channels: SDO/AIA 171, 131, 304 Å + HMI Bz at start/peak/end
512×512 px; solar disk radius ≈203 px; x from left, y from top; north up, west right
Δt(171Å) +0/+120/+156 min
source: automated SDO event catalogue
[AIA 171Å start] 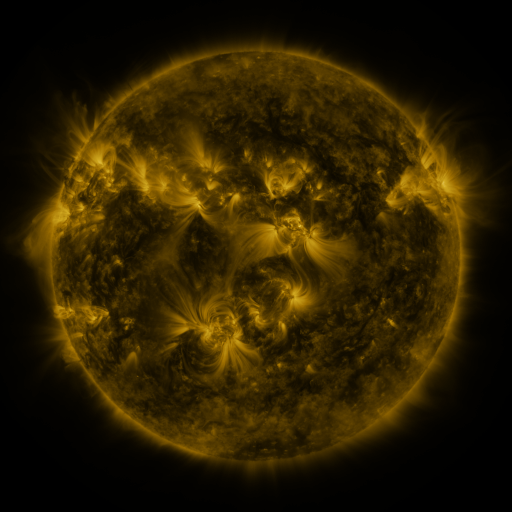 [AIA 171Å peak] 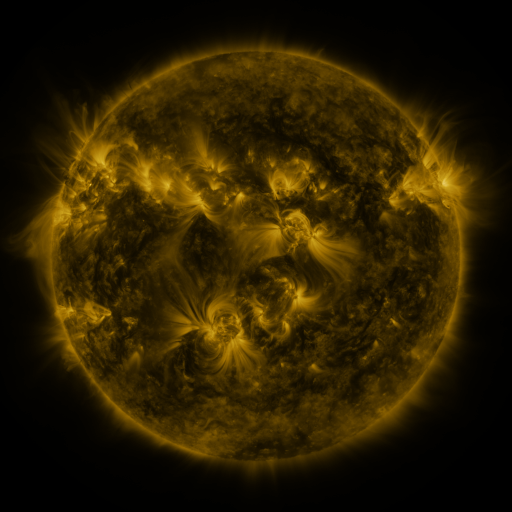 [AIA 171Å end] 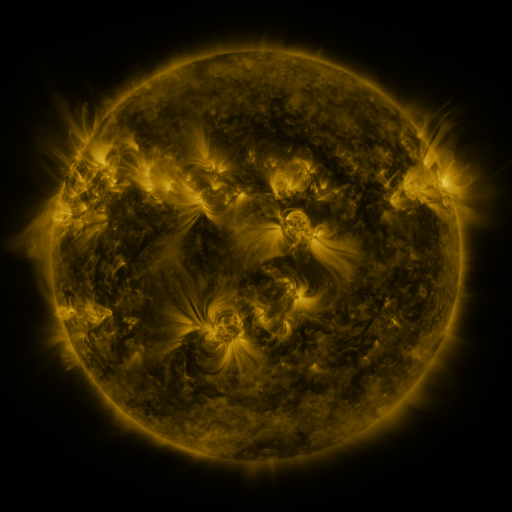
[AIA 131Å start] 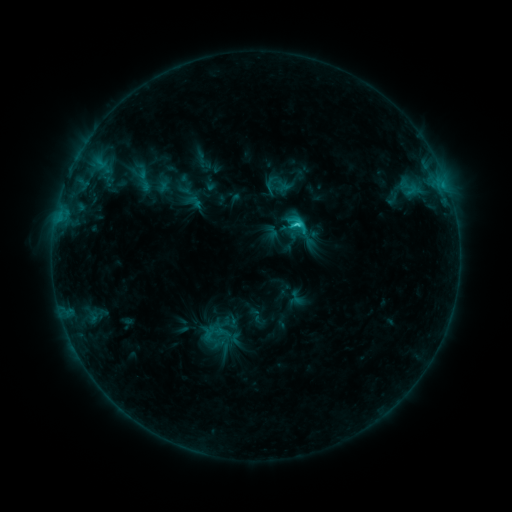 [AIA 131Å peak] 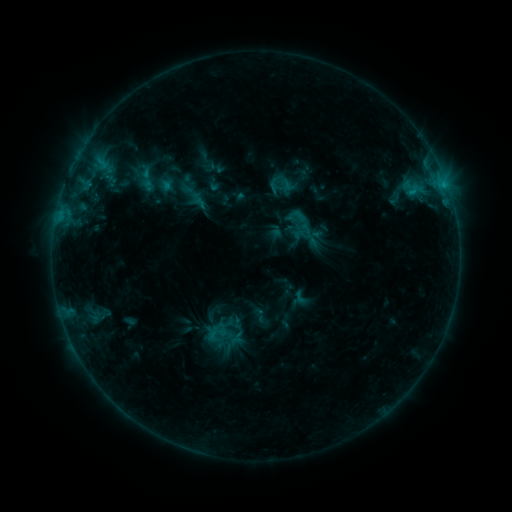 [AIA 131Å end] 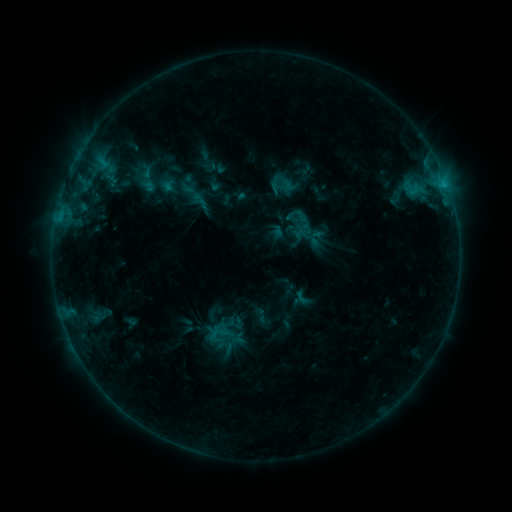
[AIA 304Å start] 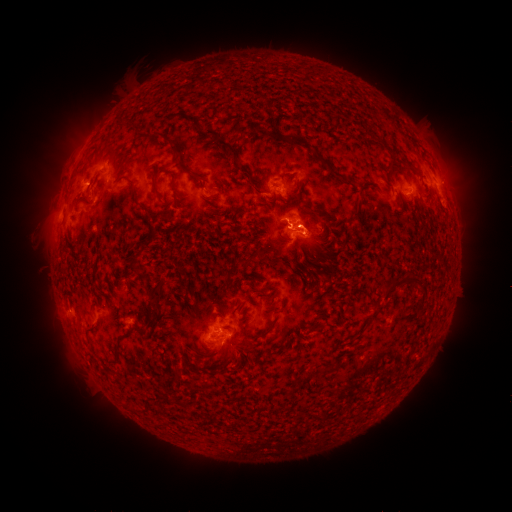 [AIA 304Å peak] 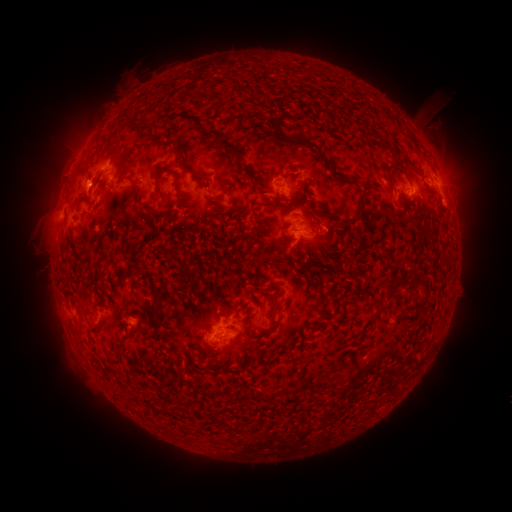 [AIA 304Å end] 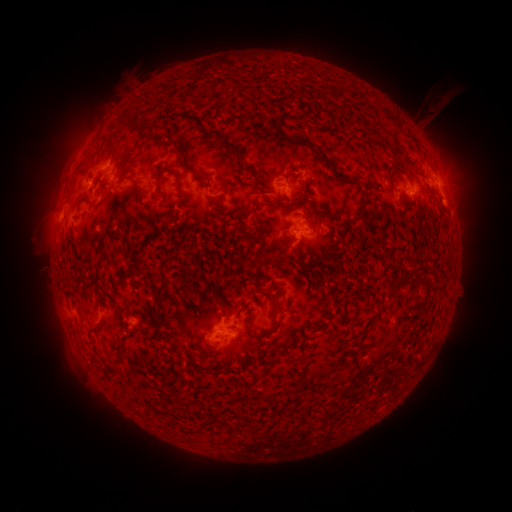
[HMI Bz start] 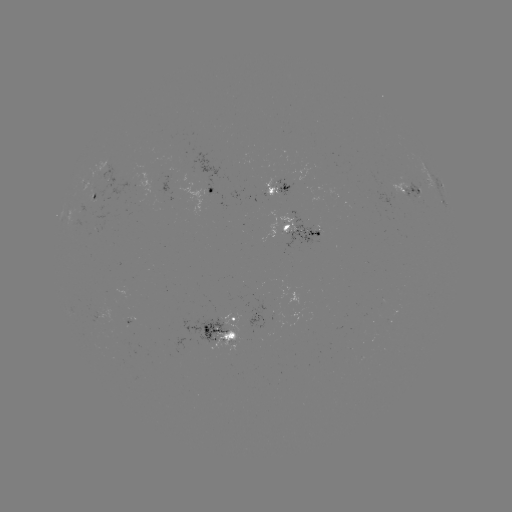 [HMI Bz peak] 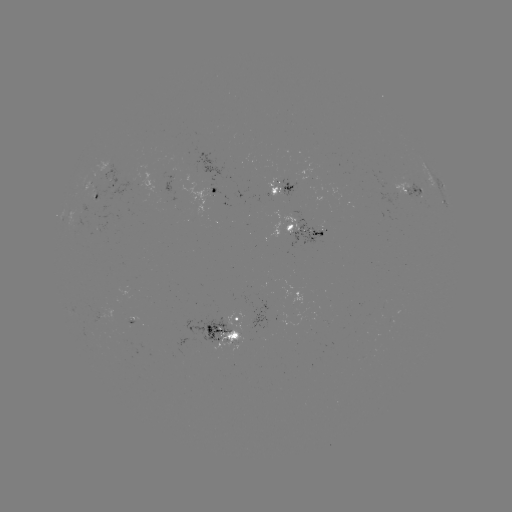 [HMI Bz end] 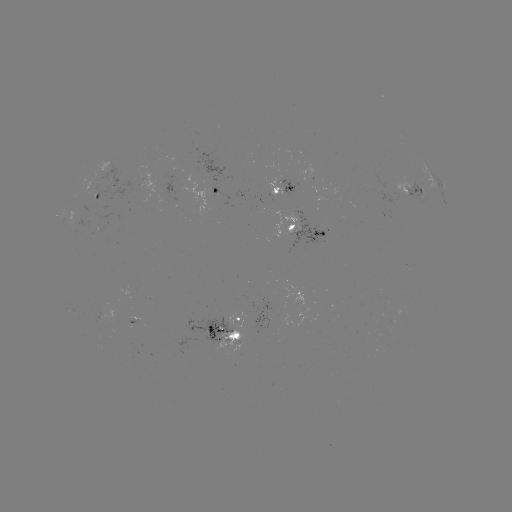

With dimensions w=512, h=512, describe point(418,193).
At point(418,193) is emerging-flux region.